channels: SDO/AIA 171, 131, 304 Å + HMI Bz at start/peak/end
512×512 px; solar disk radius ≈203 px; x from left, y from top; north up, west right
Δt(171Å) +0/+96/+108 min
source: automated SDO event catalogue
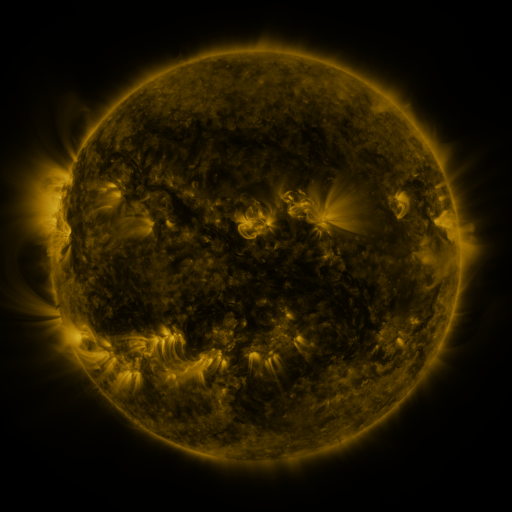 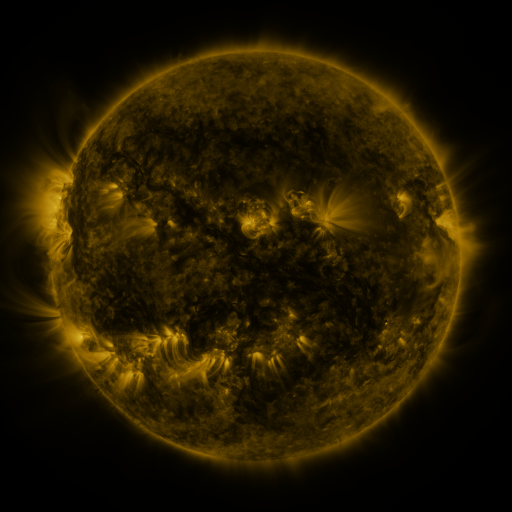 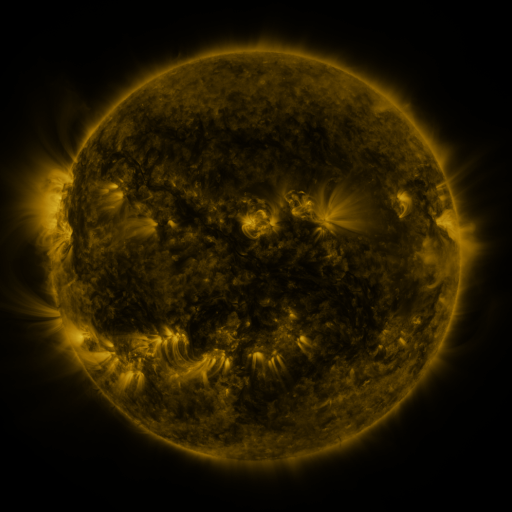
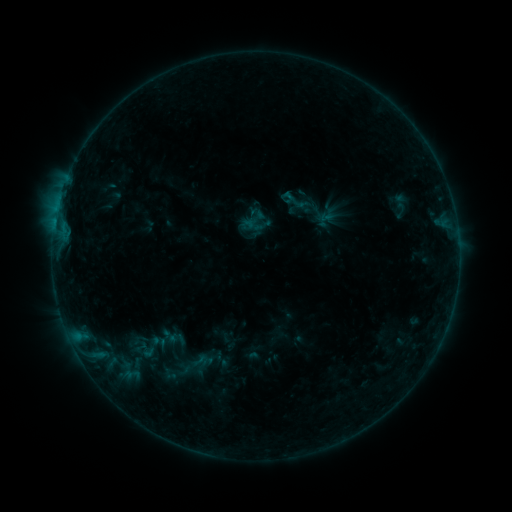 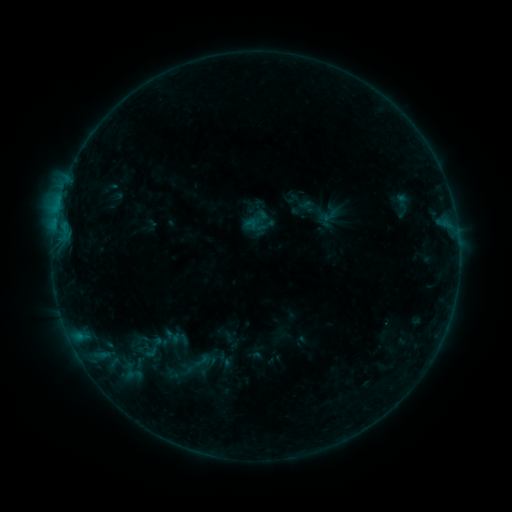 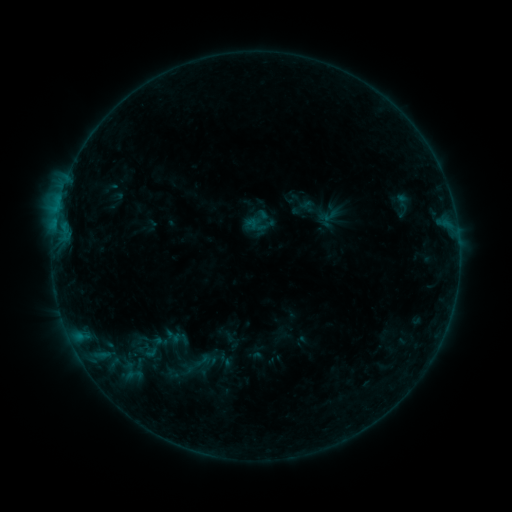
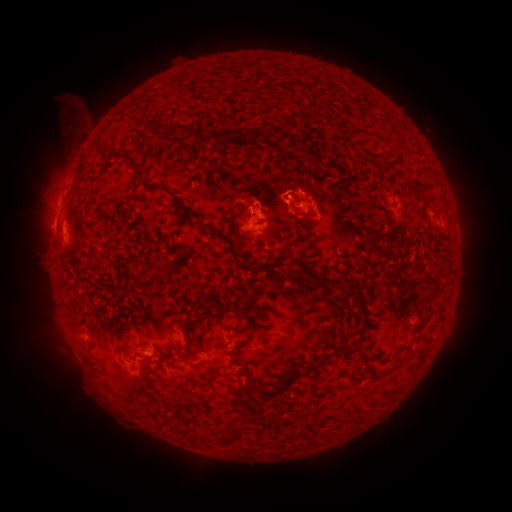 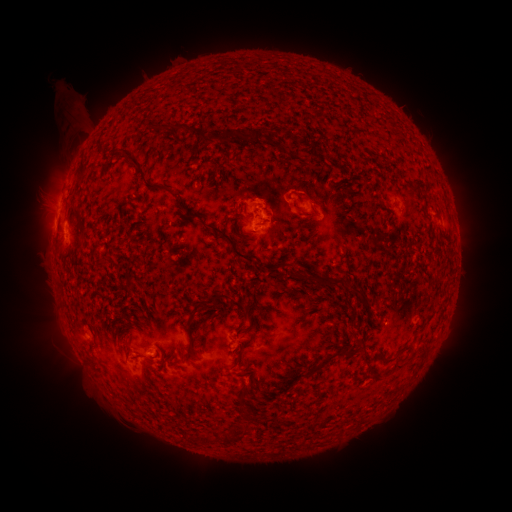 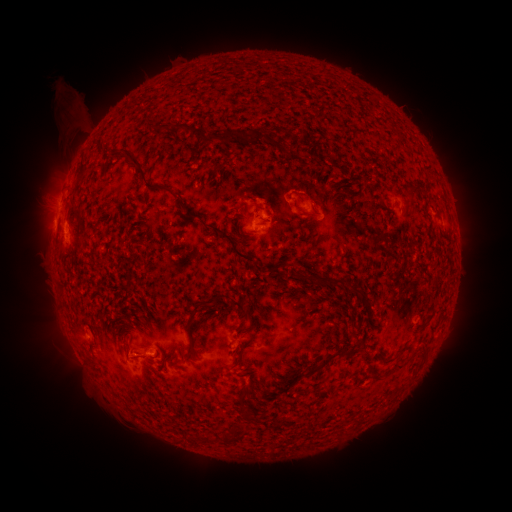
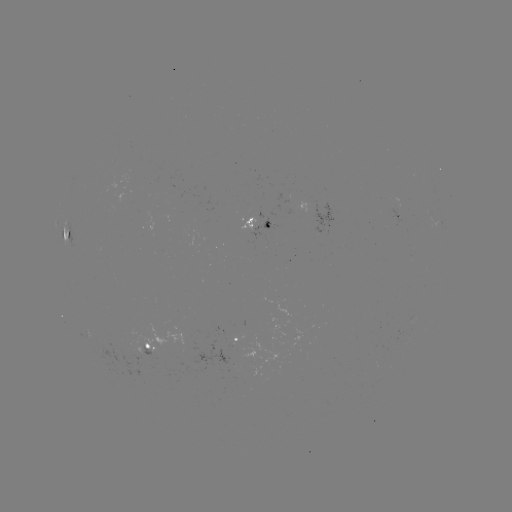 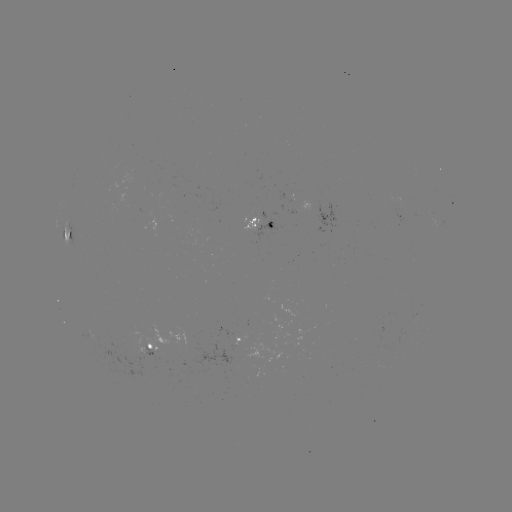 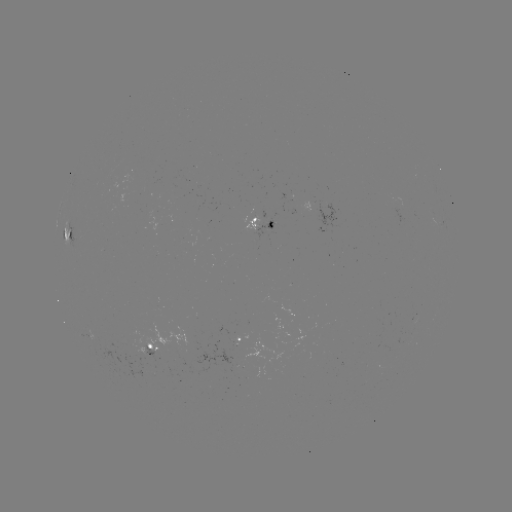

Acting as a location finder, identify emerging-flux region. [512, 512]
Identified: [267, 222].